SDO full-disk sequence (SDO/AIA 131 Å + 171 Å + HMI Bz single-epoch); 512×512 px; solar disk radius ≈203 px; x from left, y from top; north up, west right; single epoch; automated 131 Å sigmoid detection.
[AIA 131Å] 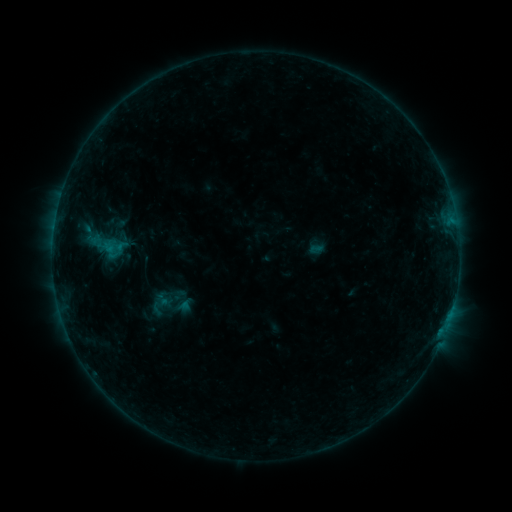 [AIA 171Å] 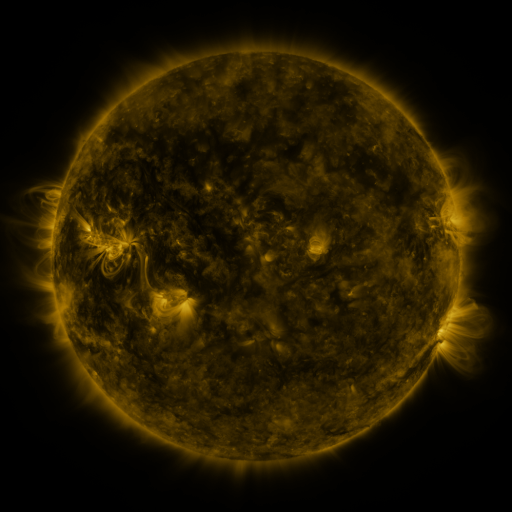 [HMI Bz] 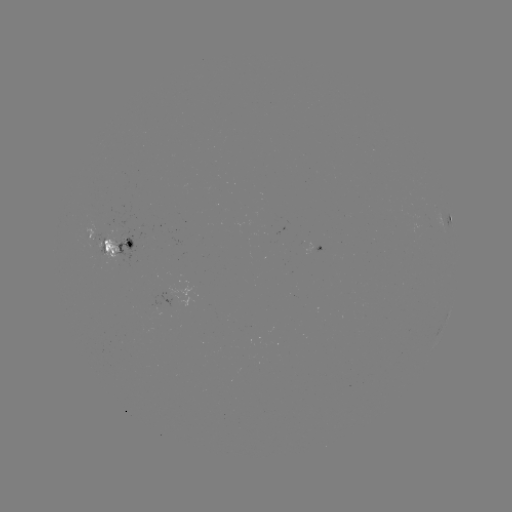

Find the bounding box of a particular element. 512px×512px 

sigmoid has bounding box [82, 216, 130, 276].